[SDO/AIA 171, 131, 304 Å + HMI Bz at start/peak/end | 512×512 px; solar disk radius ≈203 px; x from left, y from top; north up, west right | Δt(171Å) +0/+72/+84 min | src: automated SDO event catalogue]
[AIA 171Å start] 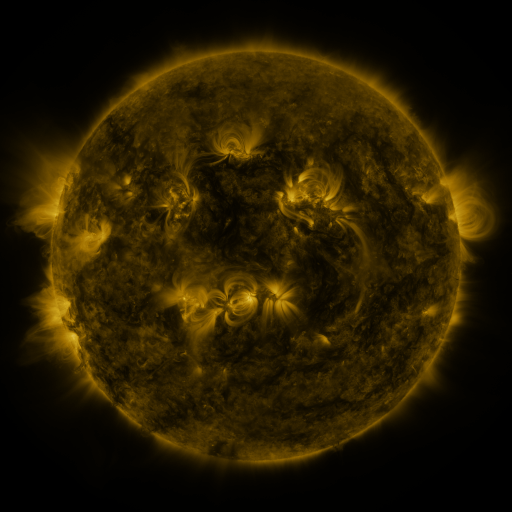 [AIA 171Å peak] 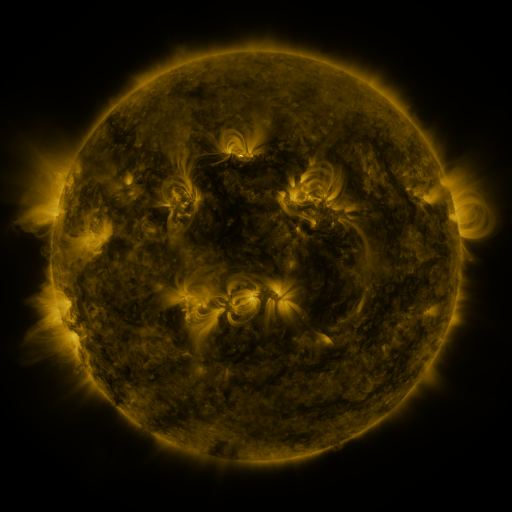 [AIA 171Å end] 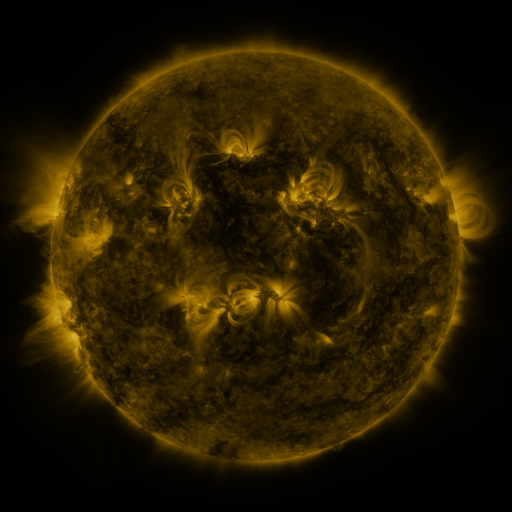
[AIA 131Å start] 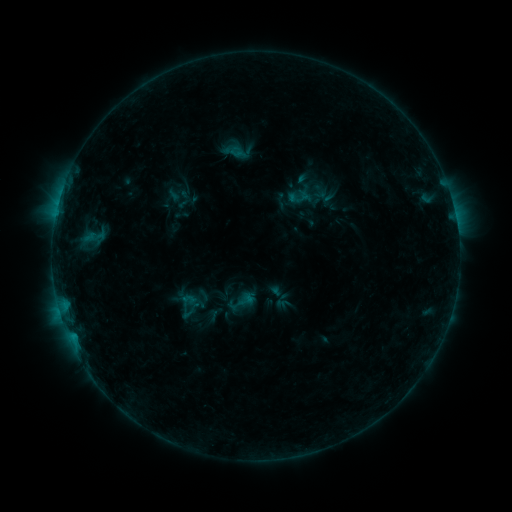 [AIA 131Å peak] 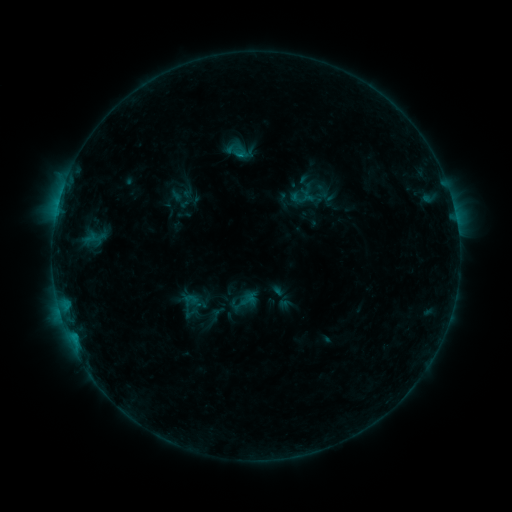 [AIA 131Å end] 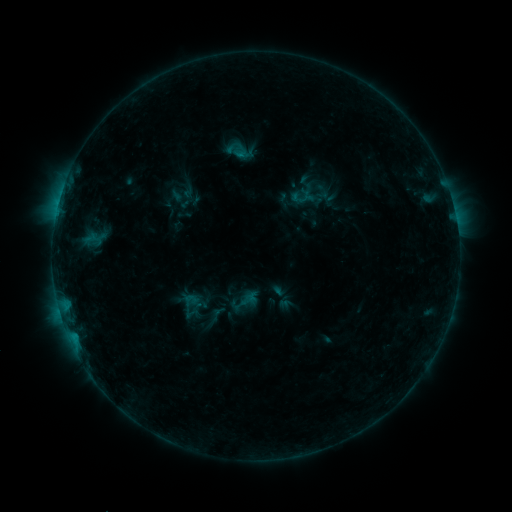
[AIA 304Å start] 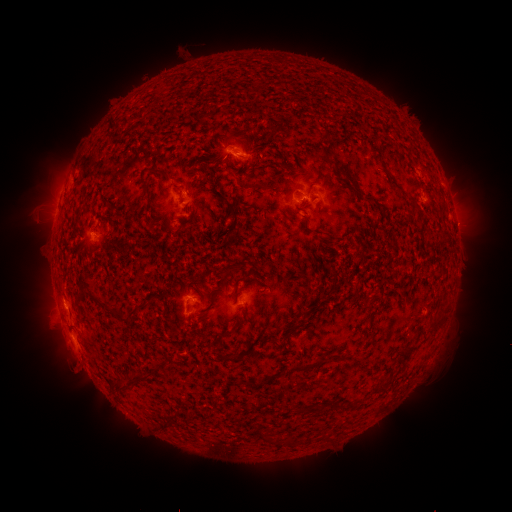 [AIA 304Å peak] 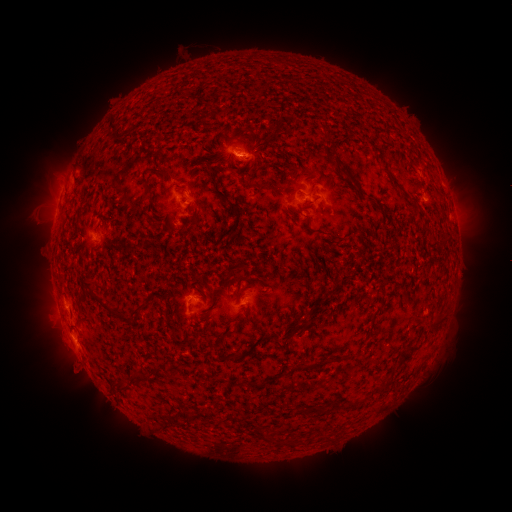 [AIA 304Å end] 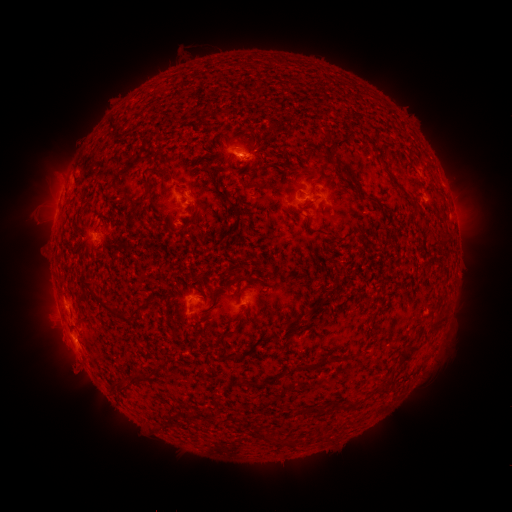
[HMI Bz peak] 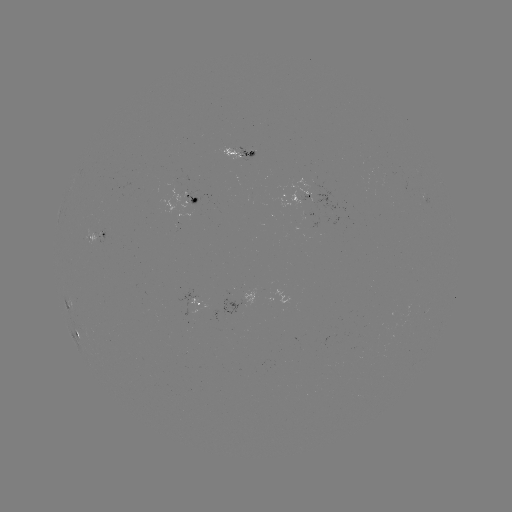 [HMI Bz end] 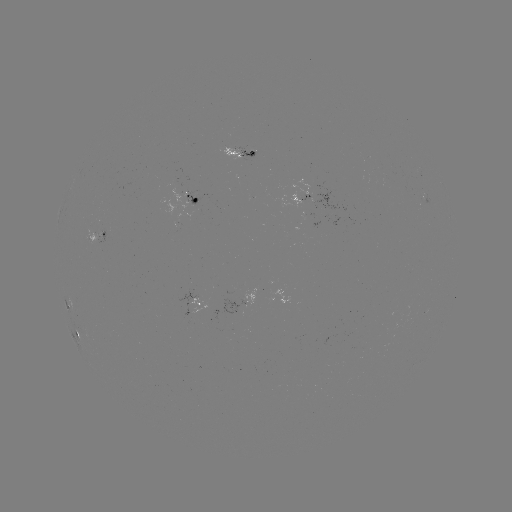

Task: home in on emerging-flux region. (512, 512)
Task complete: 238,157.